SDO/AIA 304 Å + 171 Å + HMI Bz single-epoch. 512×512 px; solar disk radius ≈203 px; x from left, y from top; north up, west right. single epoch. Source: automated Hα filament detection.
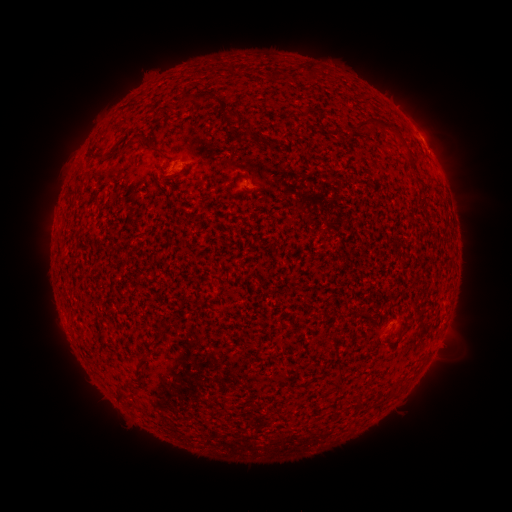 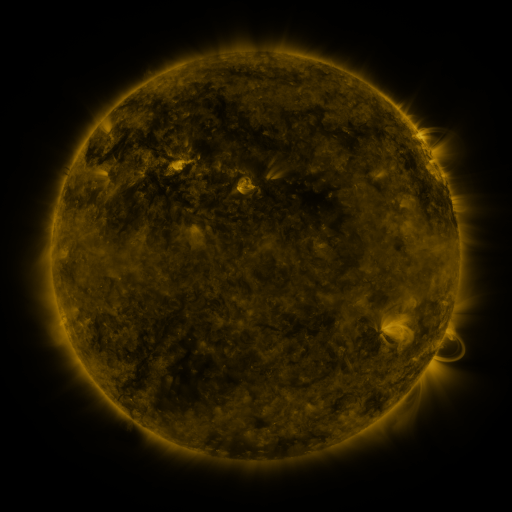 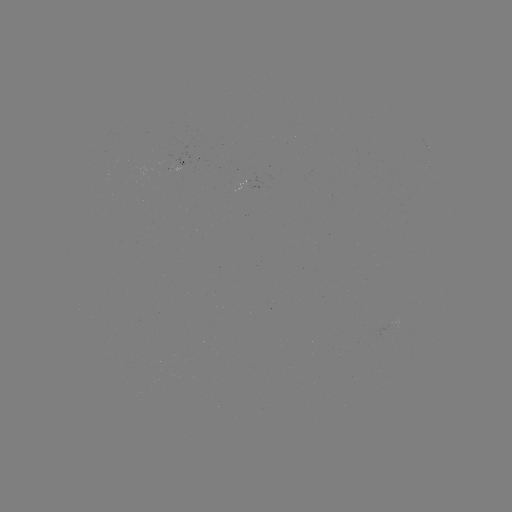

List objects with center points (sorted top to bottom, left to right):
filament: <bbox>227, 64, 237, 75</bbox>
filament: <bbox>302, 65, 315, 78</bbox>
filament: <bbox>193, 91, 215, 105</bbox>
filament: <bbox>173, 98, 184, 108</bbox>
filament: <bbox>222, 112, 239, 124</bbox>
filament: <bbox>356, 118, 371, 132</bbox>
filament: <bbox>377, 120, 412, 158</bbox>
filament: <bbox>127, 132, 164, 154</bbox>
filament: <bbox>243, 133, 251, 145</bbox>
filament: <bbox>262, 138, 281, 149</bbox>
filament: <bbox>100, 143, 121, 160</bbox>
filament: <bbox>412, 175, 424, 185</bbox>
filament: <bbox>135, 355, 146, 370</bbox>
filament: <bbox>332, 371, 342, 386</bbox>
filament: <bbox>116, 390, 126, 400</bbox>
filament: <bbox>355, 392, 364, 409</bbox>
